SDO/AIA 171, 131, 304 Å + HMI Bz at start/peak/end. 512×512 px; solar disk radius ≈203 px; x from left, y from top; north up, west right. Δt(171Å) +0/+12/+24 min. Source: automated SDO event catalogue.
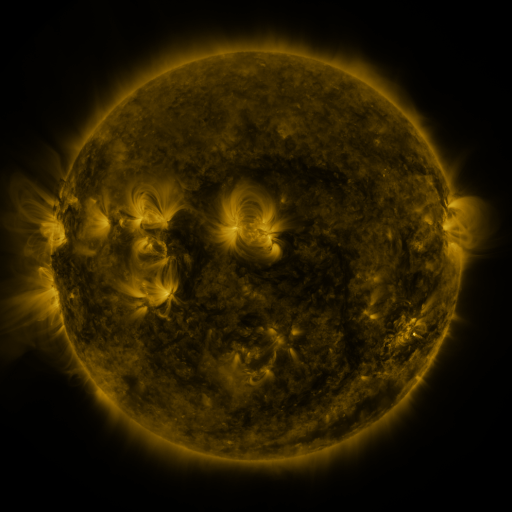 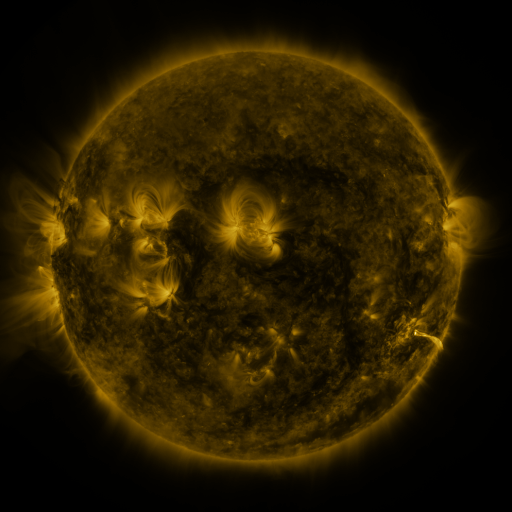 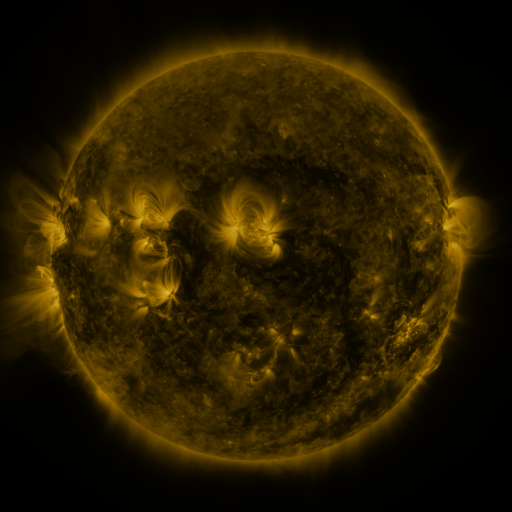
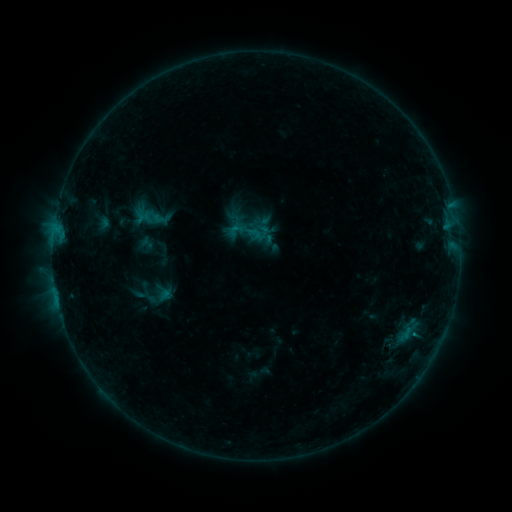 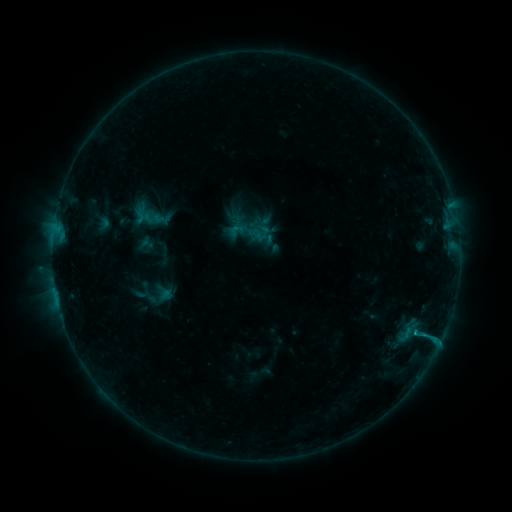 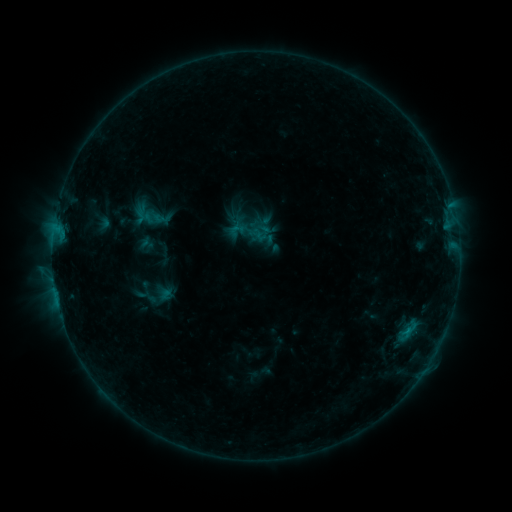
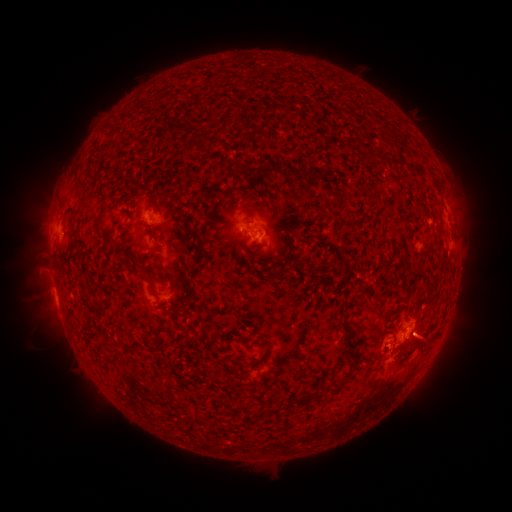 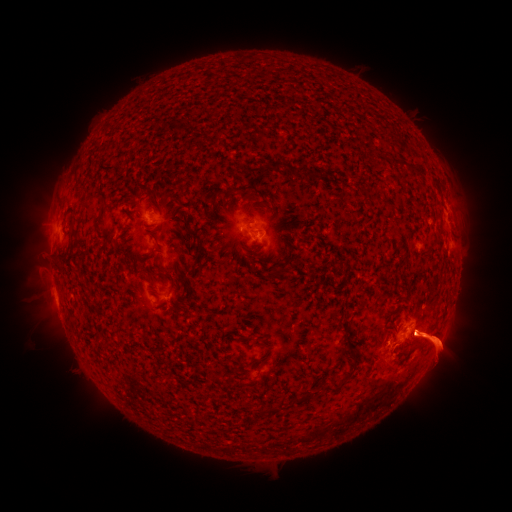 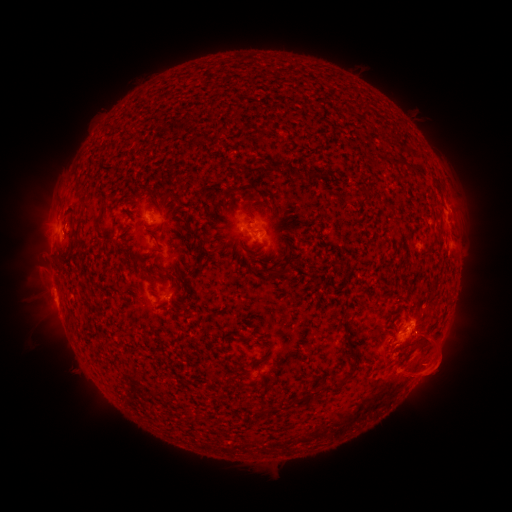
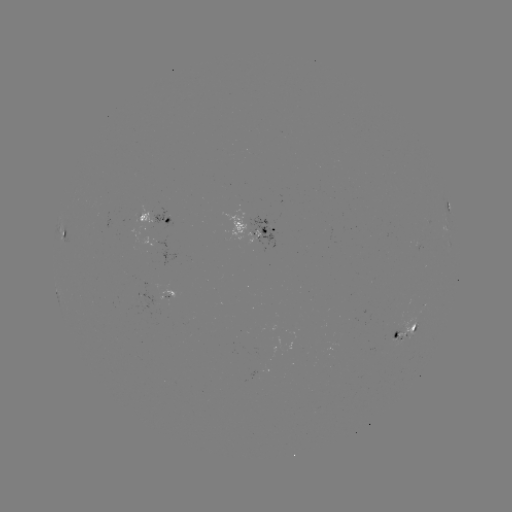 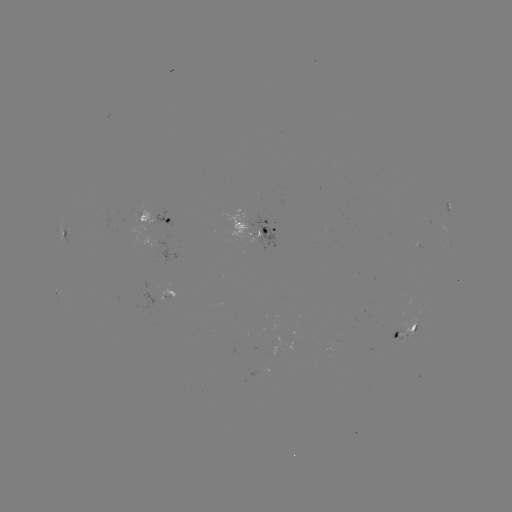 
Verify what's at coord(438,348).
eruption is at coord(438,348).